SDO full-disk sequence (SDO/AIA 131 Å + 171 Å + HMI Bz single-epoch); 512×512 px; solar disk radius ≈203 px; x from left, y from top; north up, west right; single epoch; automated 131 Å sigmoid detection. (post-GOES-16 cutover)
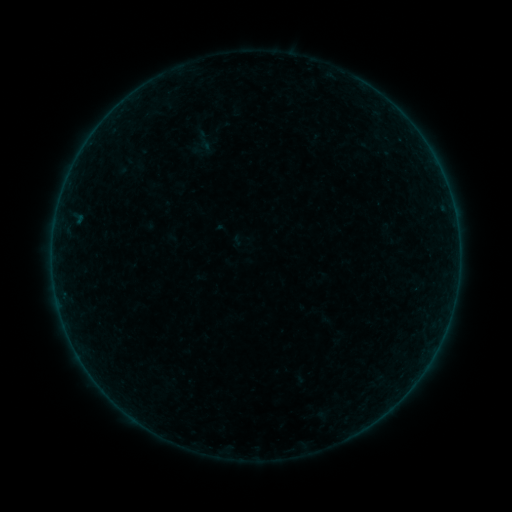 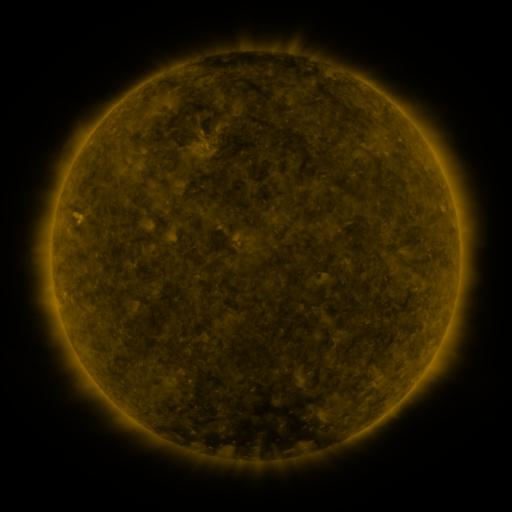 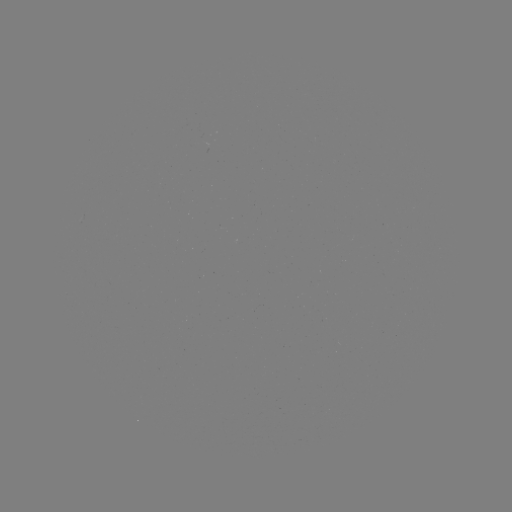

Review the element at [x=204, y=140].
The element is sigmoid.